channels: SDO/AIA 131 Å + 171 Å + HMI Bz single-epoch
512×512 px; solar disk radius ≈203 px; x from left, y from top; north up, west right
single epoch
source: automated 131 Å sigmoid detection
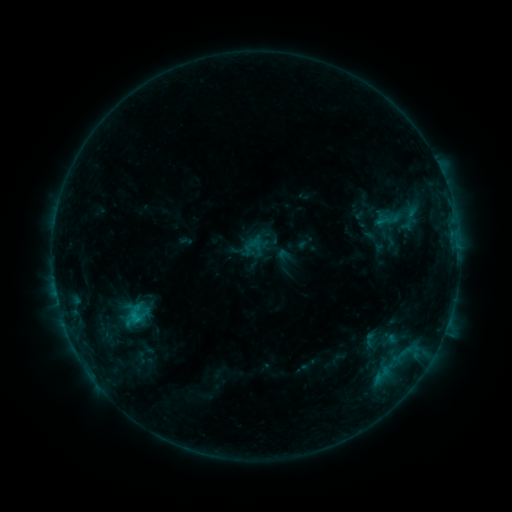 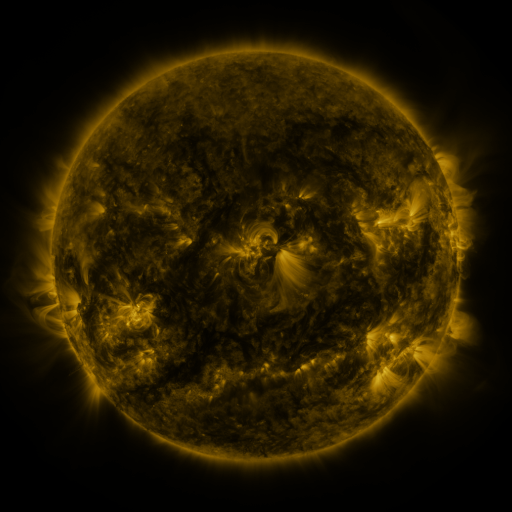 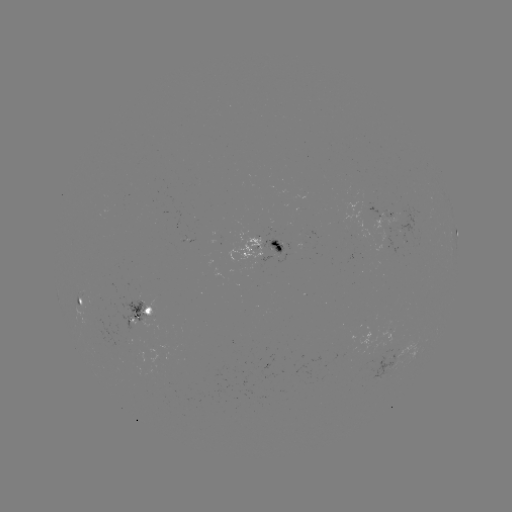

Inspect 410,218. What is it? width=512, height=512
sigmoid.